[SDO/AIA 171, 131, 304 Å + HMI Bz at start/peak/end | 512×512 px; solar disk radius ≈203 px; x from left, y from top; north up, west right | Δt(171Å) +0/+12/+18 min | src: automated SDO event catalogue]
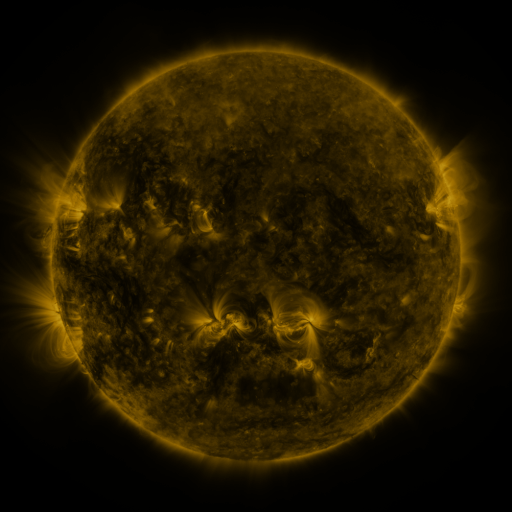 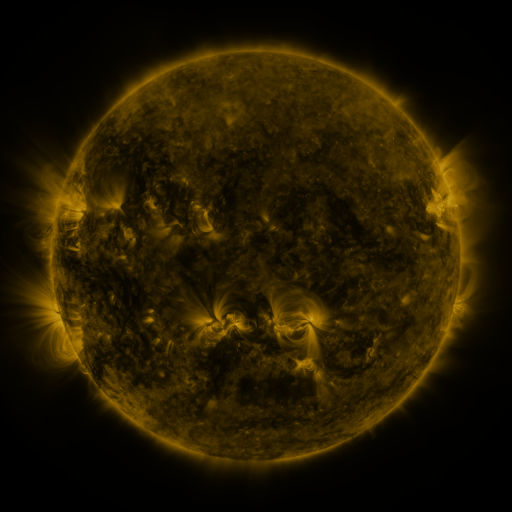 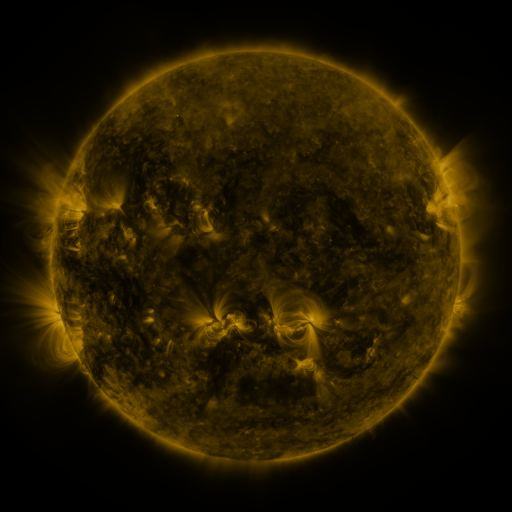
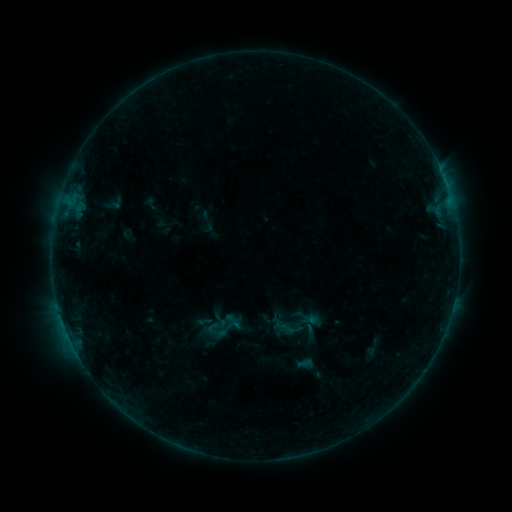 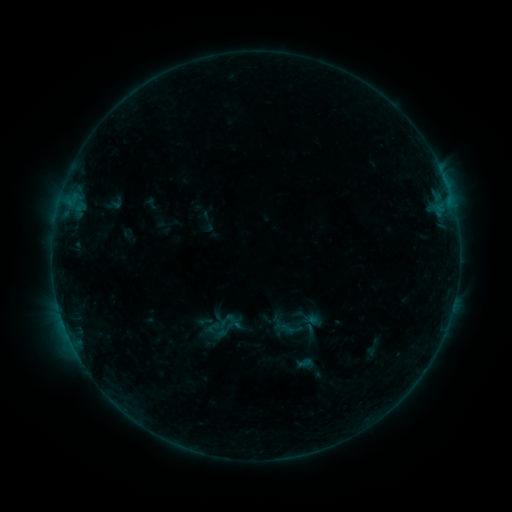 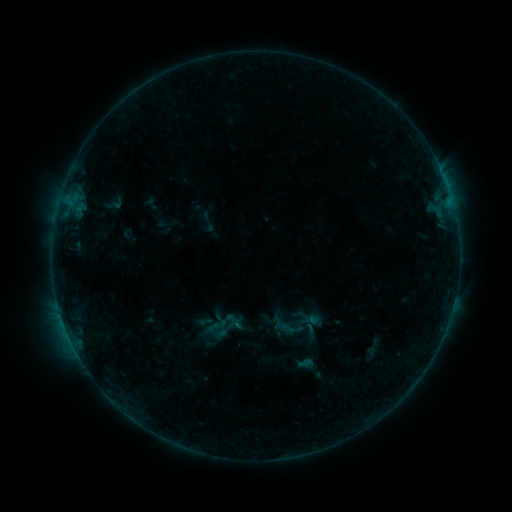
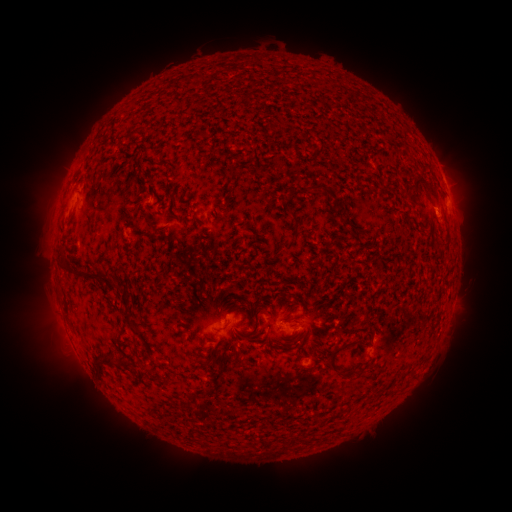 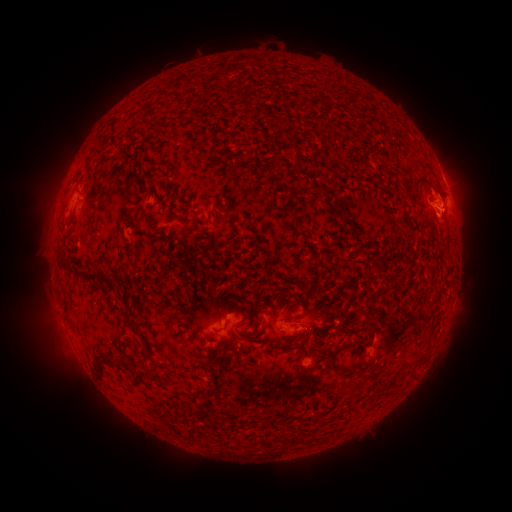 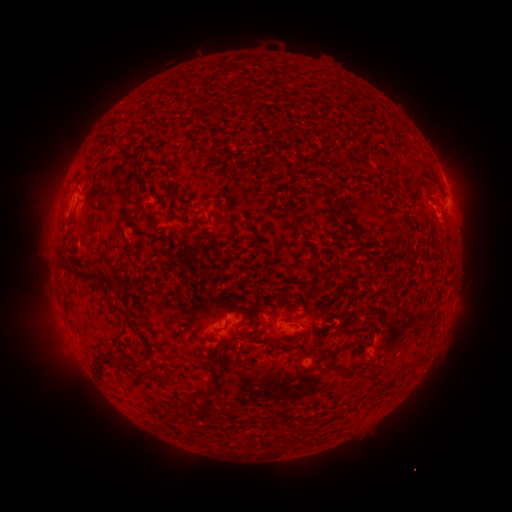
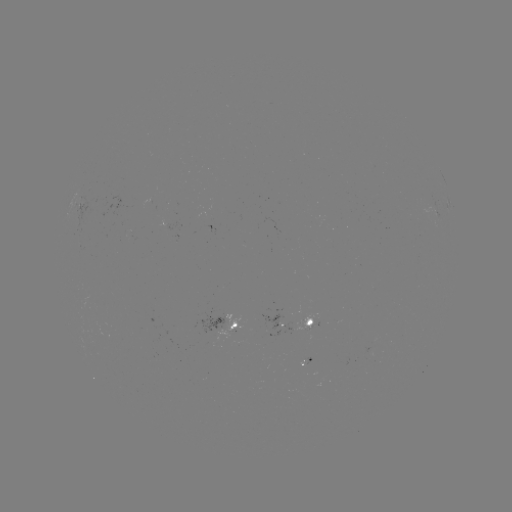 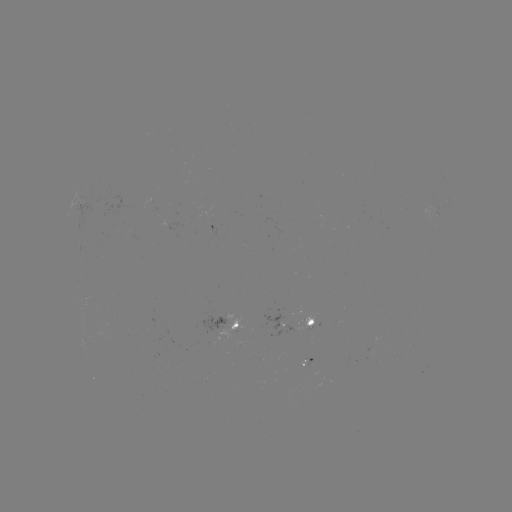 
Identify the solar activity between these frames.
eruption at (441, 200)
